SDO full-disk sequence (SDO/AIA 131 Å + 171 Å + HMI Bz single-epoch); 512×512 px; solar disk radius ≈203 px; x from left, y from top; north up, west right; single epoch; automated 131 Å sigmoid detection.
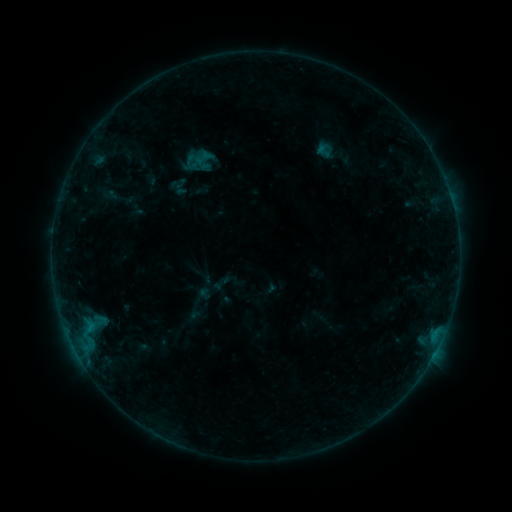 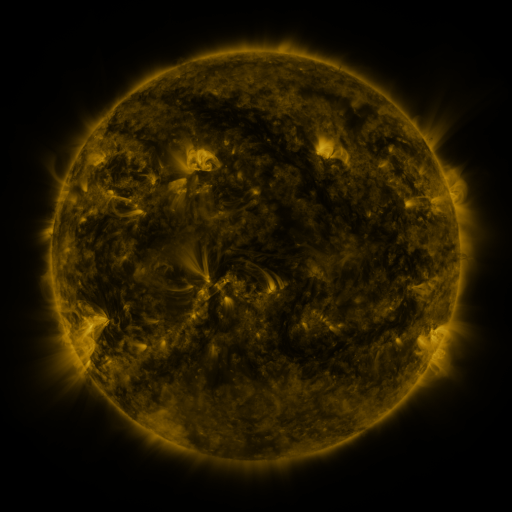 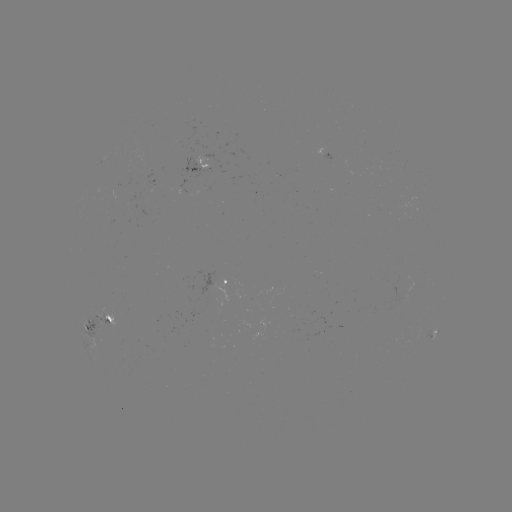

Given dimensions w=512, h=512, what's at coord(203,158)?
sigmoid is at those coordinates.